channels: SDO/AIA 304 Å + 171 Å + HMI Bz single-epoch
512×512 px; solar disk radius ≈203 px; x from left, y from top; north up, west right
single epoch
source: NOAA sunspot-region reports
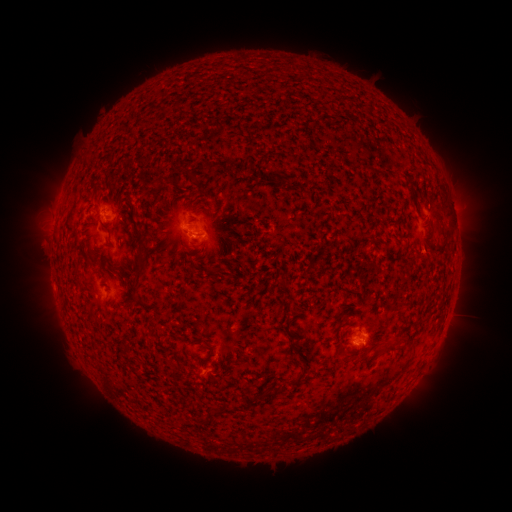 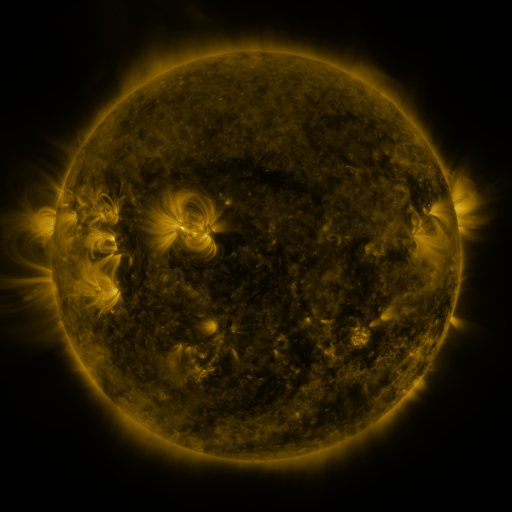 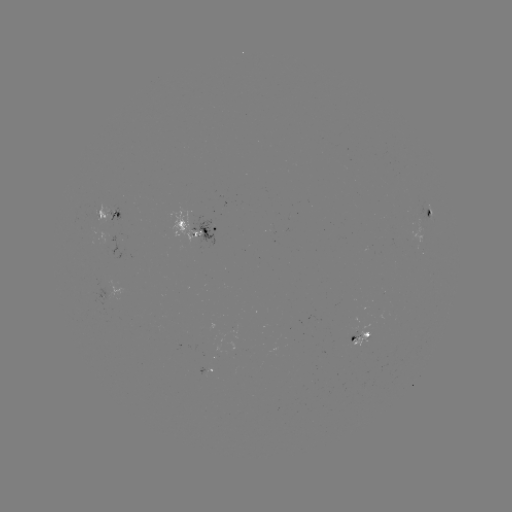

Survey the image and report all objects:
spotted active region: (114, 219)
spotted active region: (426, 222)
spotted active region: (207, 232)
spotted active region: (108, 296)
spotted active region: (362, 334)
spotted active region: (208, 368)
